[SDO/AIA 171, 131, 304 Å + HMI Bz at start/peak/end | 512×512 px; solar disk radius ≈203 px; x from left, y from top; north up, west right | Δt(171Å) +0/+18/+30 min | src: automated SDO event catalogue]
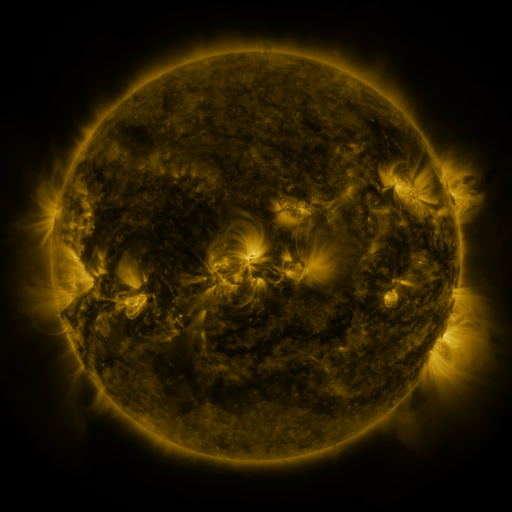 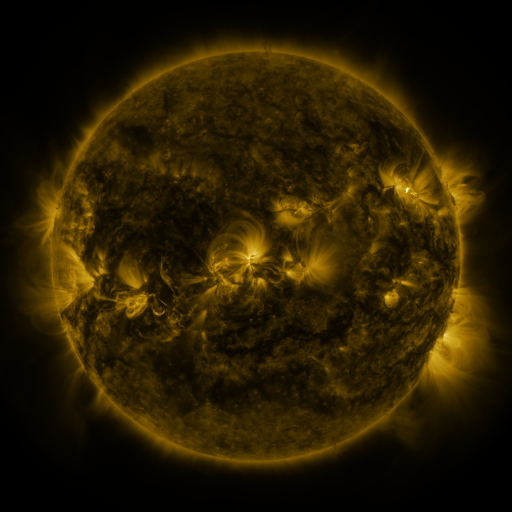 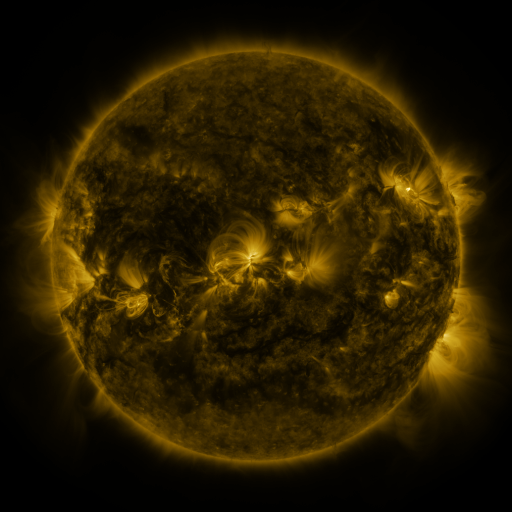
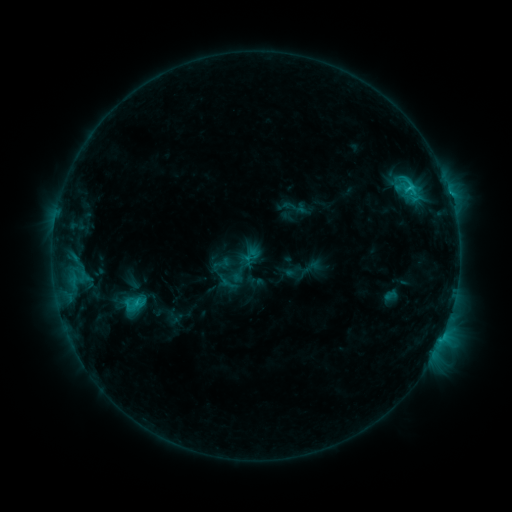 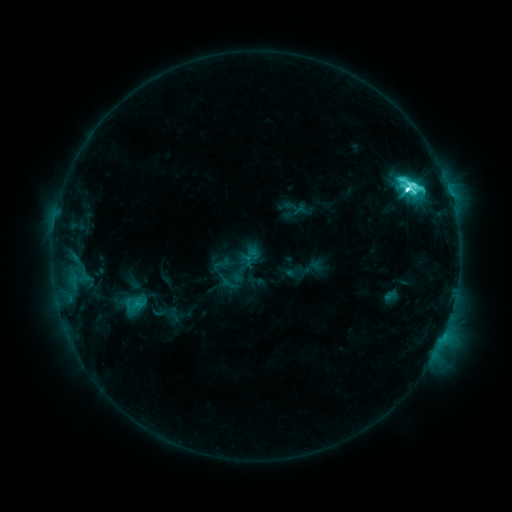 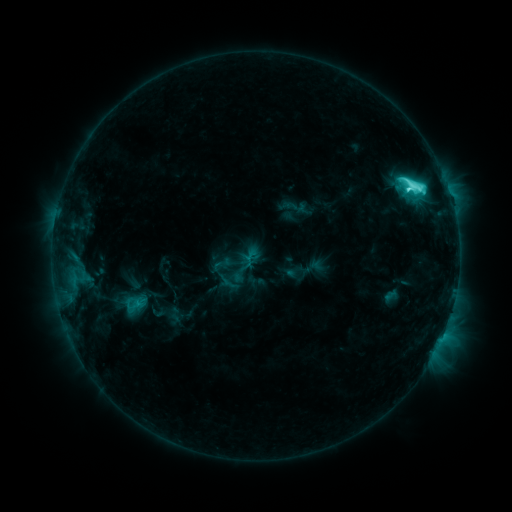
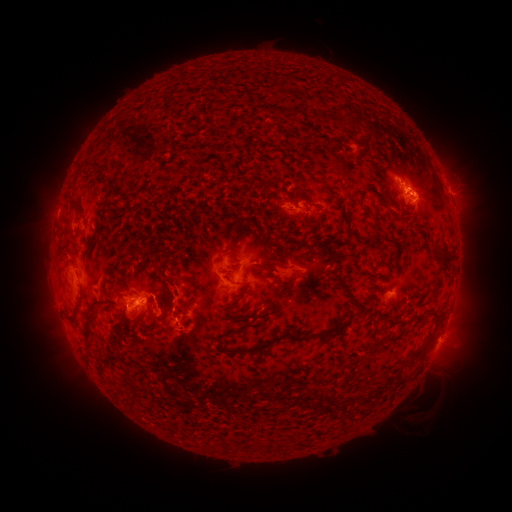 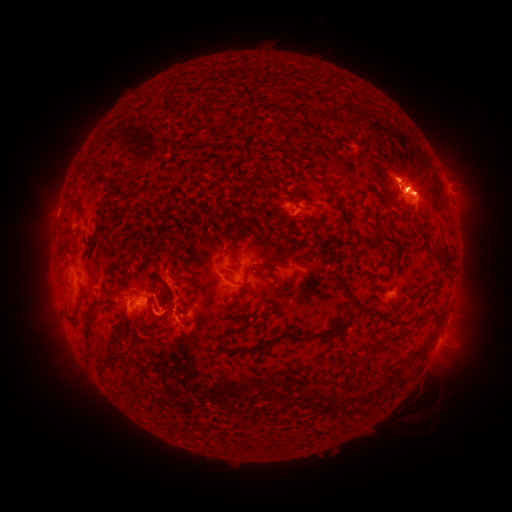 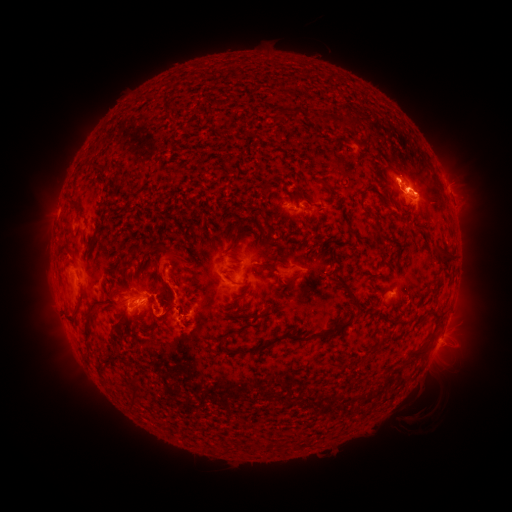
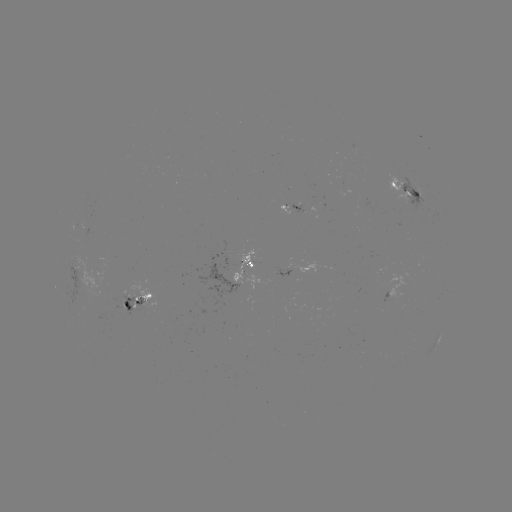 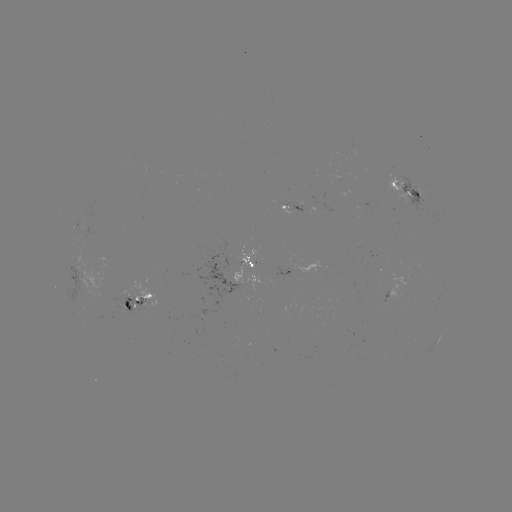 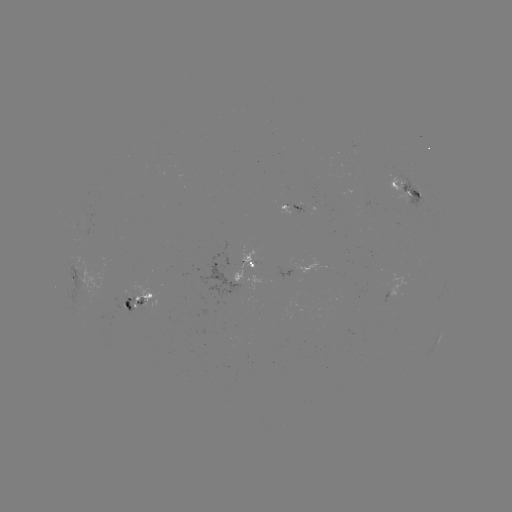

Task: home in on M1.4 flare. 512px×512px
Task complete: (405, 190).